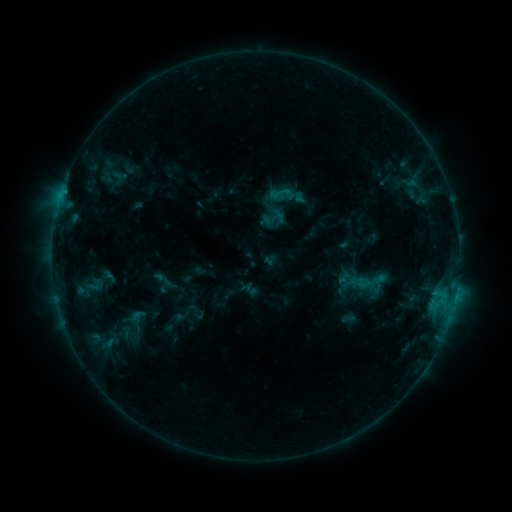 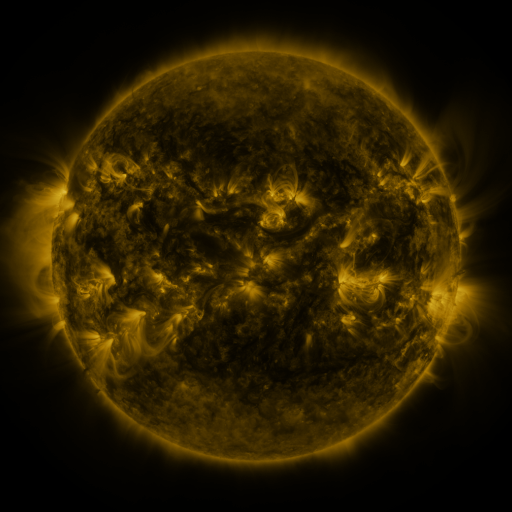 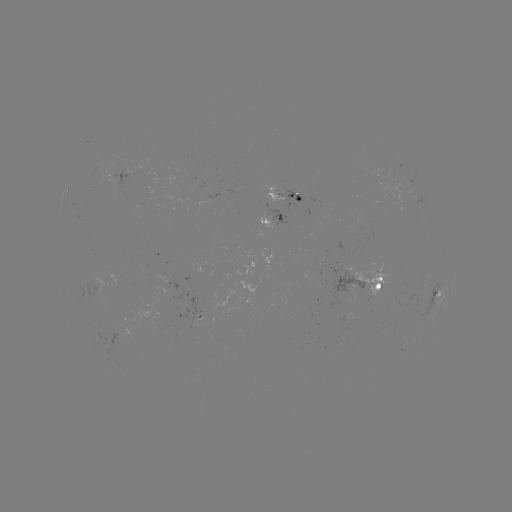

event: sigmoid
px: (274, 217)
